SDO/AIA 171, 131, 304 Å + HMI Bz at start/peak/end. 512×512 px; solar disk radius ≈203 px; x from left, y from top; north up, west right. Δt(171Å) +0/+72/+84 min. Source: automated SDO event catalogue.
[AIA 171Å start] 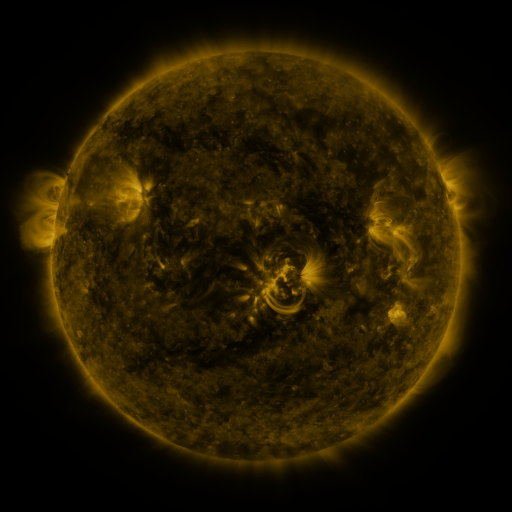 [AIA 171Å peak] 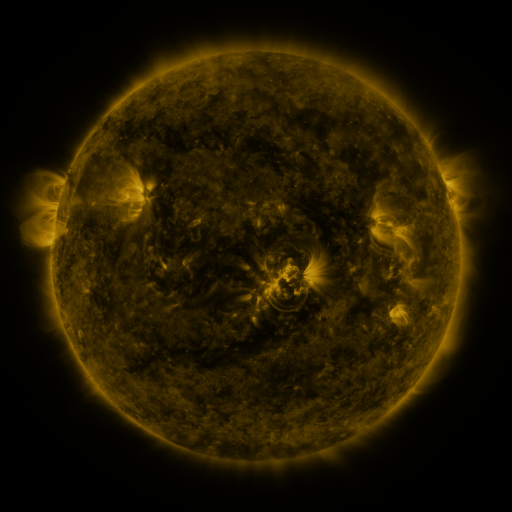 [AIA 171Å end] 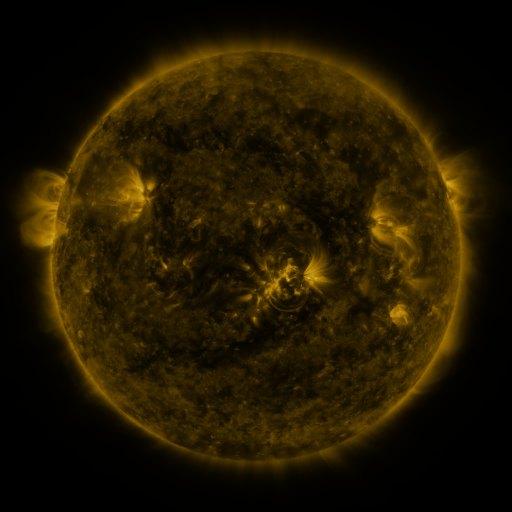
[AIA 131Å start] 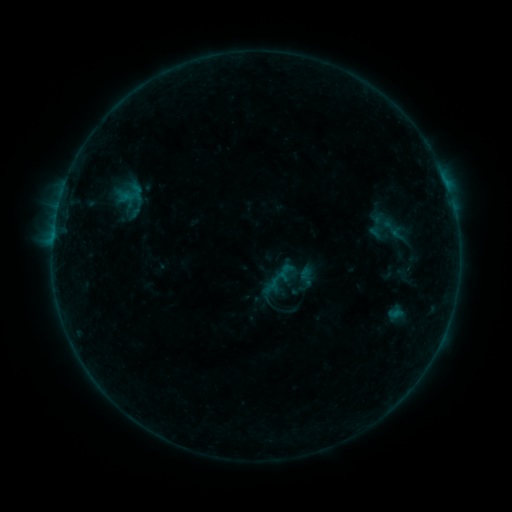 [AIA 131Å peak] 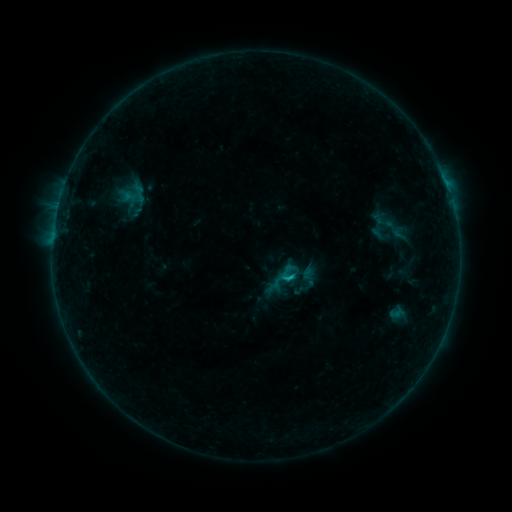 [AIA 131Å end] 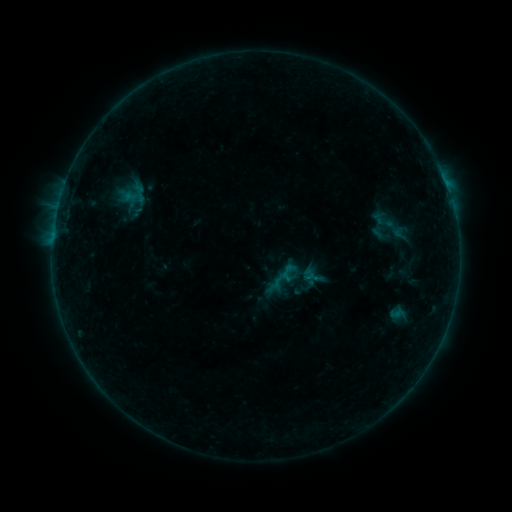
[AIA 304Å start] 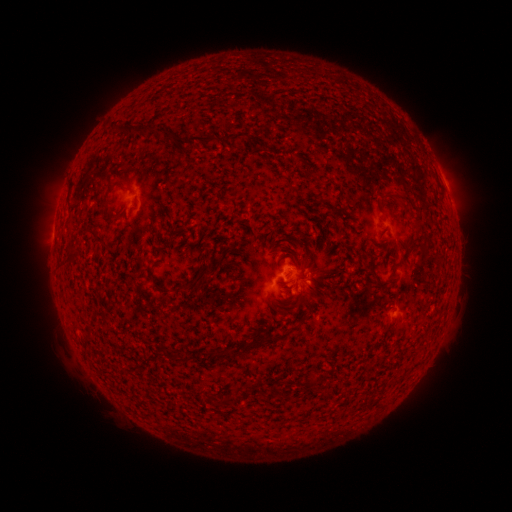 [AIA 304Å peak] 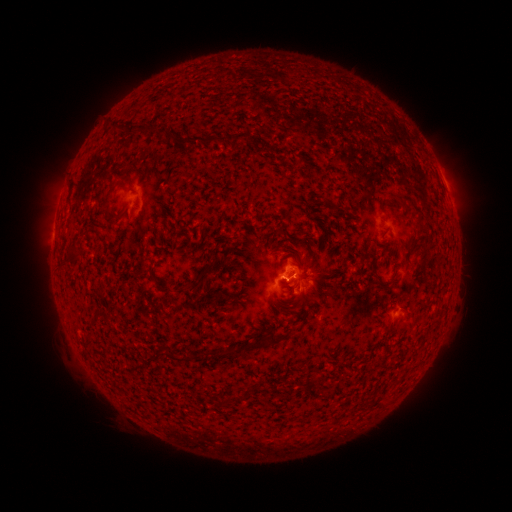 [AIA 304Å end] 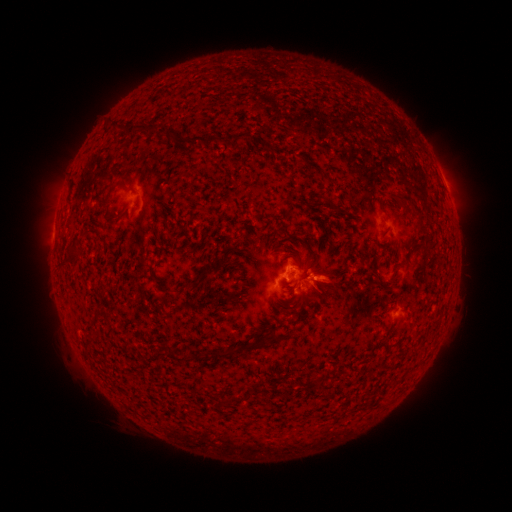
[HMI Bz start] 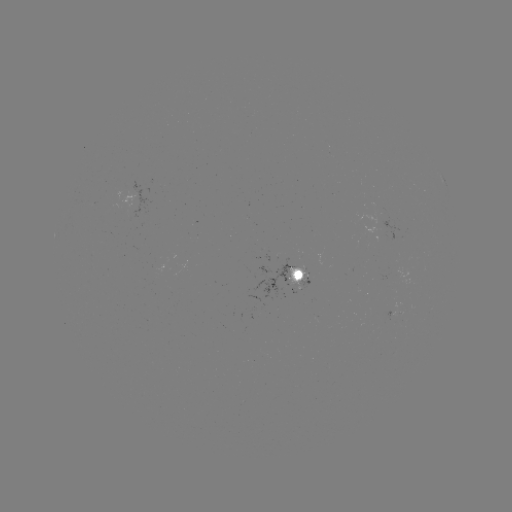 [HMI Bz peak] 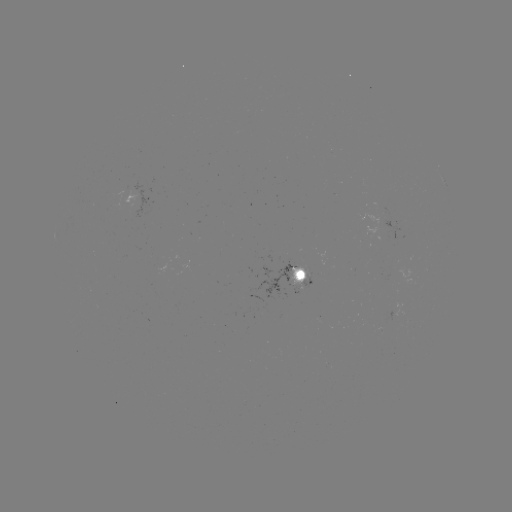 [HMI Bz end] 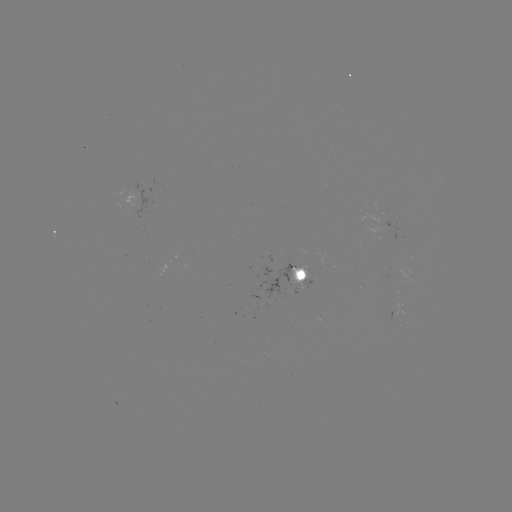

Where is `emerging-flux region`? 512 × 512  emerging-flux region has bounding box [299, 278, 311, 290].